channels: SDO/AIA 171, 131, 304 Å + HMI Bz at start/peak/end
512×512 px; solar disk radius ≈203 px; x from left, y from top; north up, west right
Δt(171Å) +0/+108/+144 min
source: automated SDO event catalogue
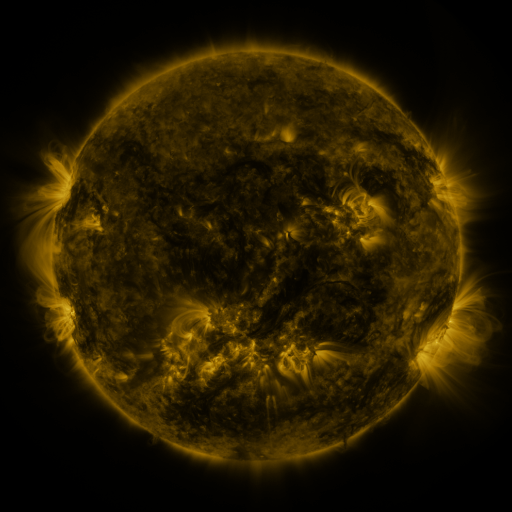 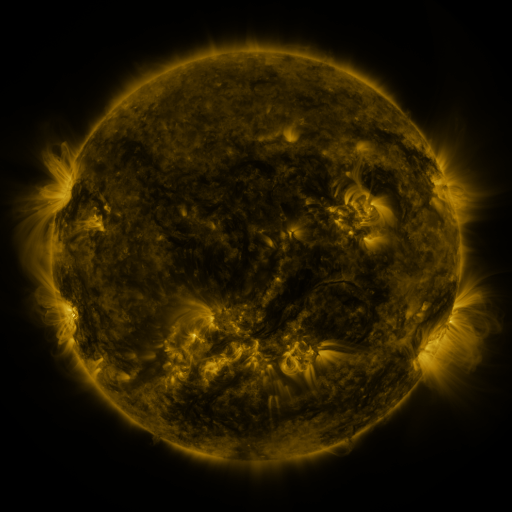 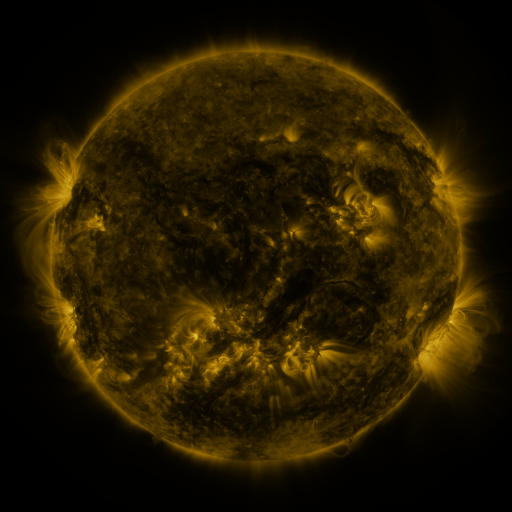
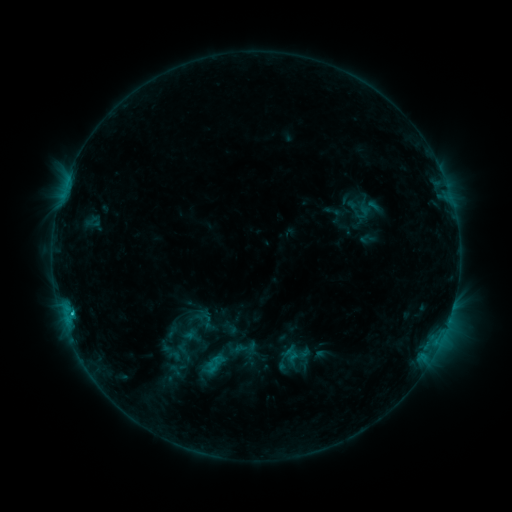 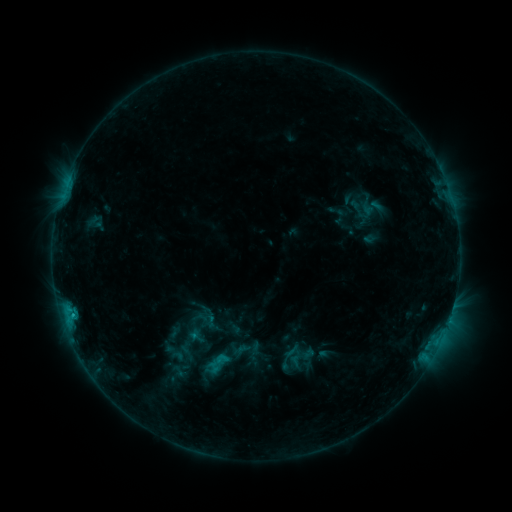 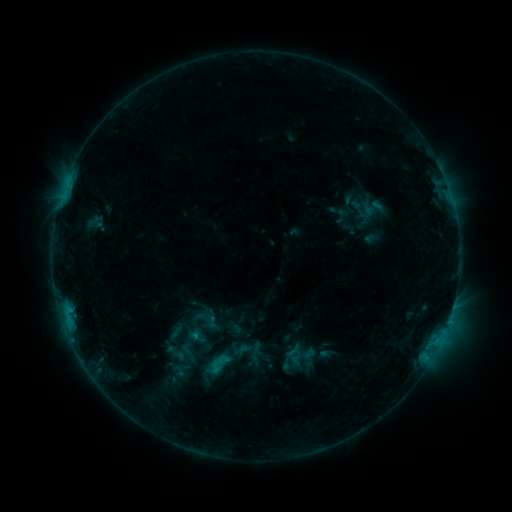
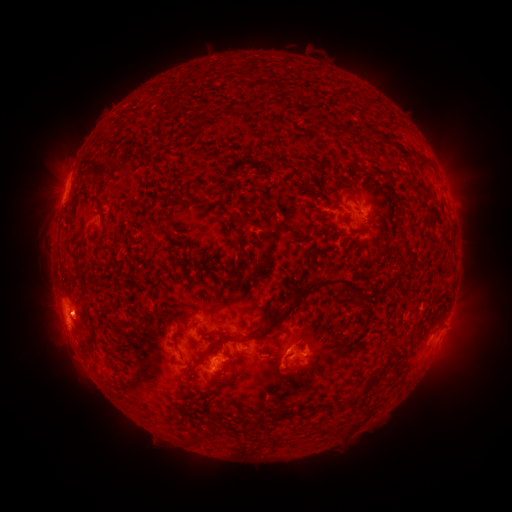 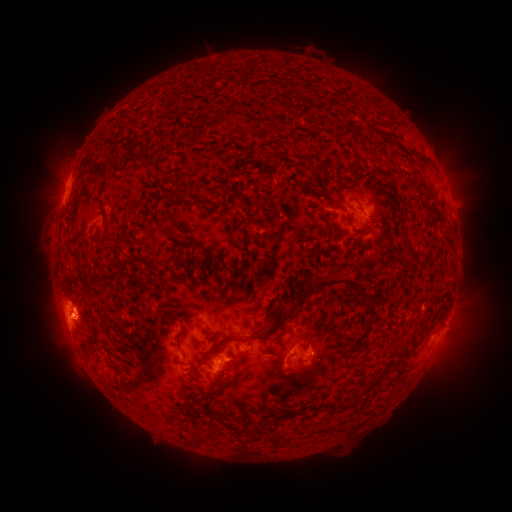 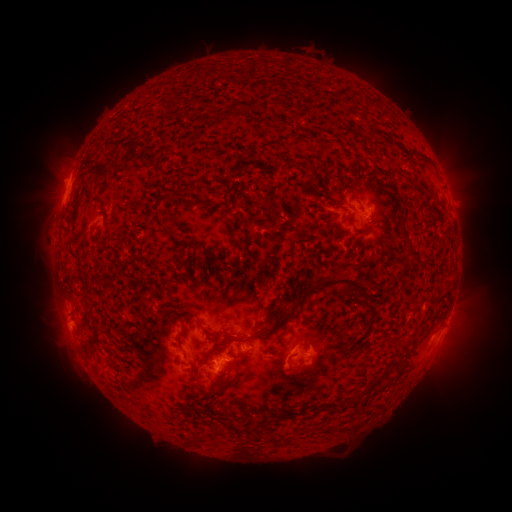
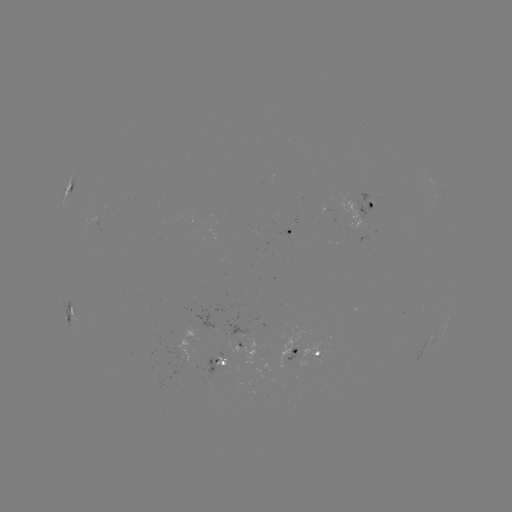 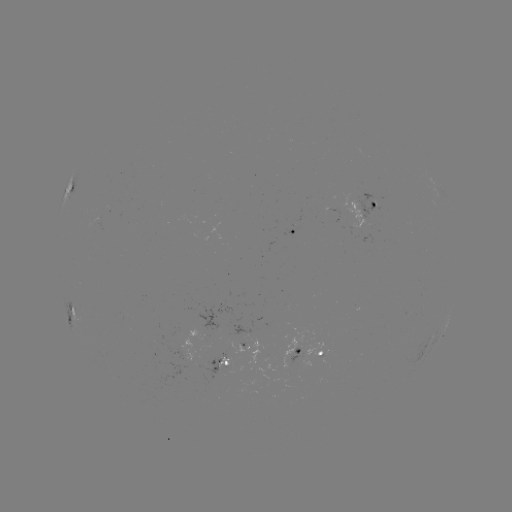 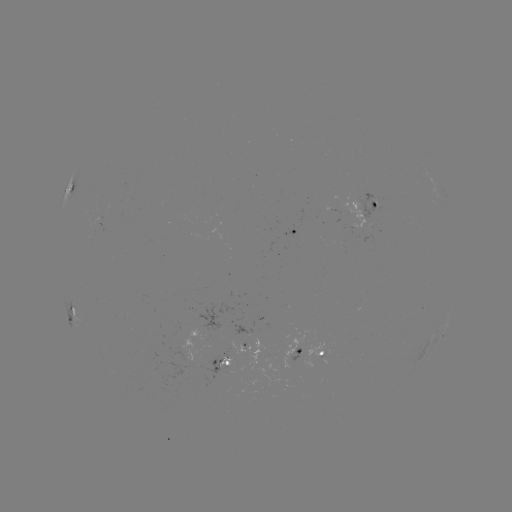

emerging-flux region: <bbox>88, 214, 103, 234</bbox>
